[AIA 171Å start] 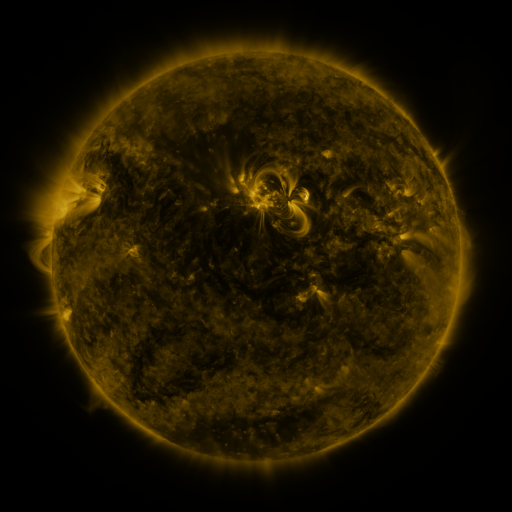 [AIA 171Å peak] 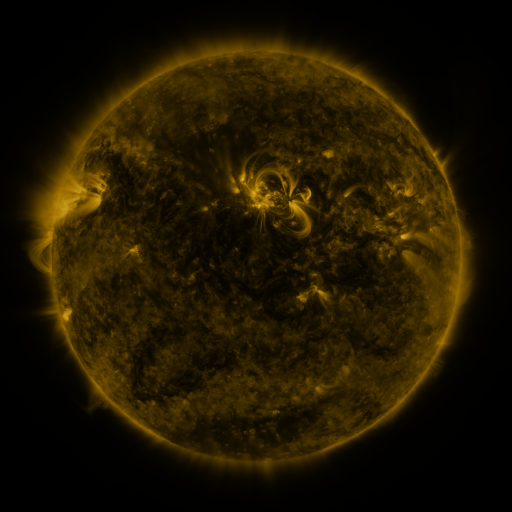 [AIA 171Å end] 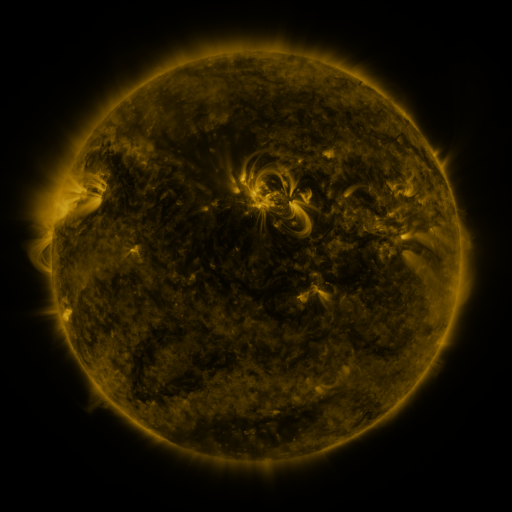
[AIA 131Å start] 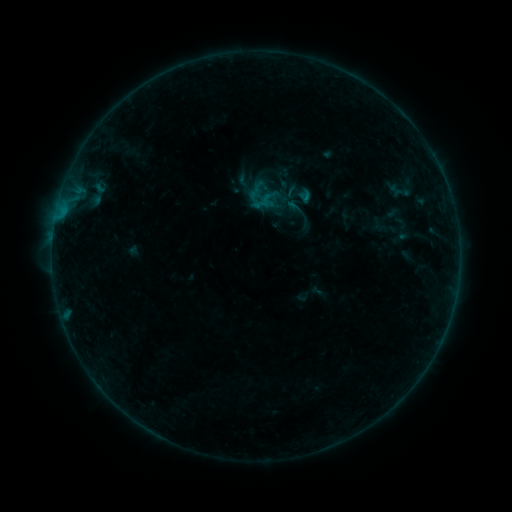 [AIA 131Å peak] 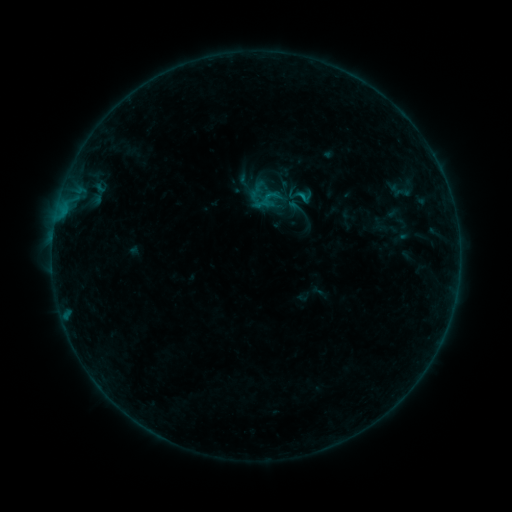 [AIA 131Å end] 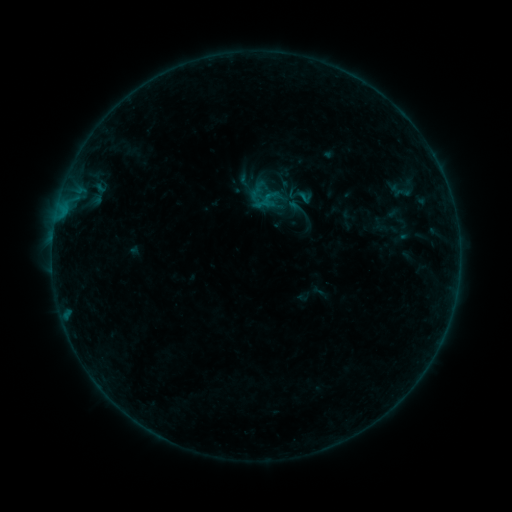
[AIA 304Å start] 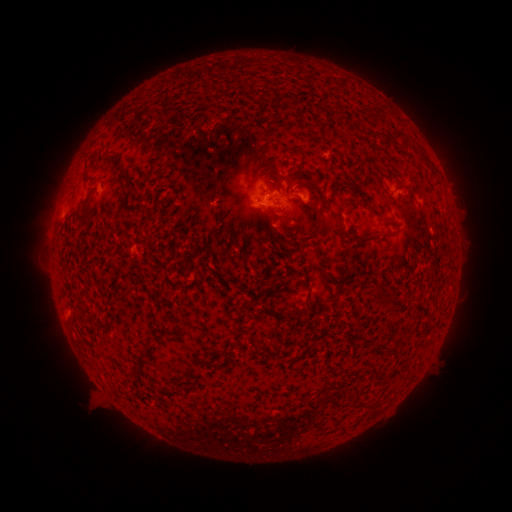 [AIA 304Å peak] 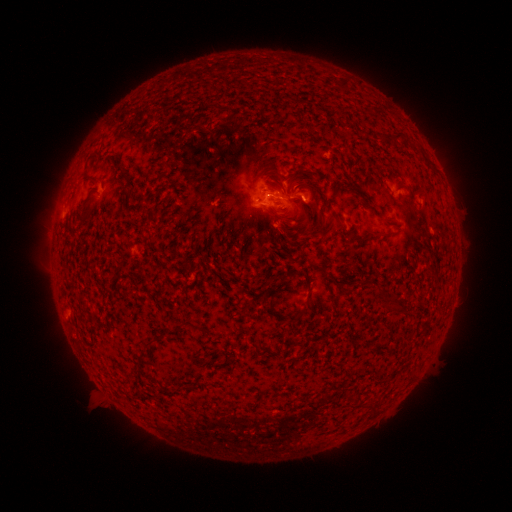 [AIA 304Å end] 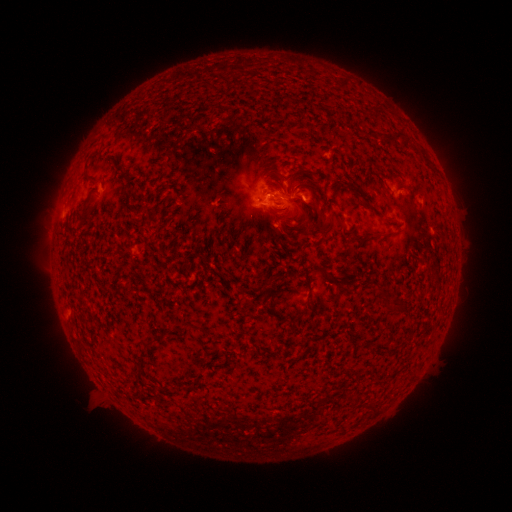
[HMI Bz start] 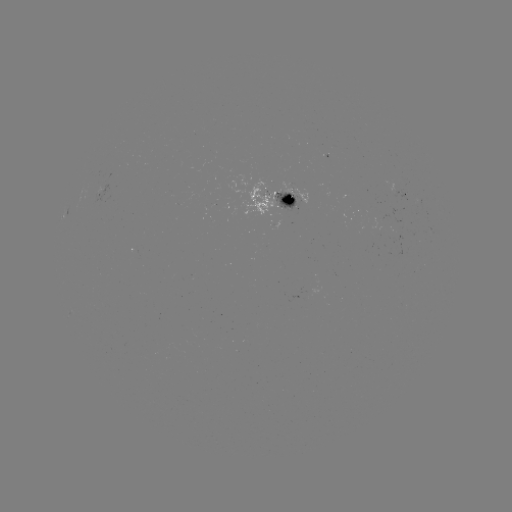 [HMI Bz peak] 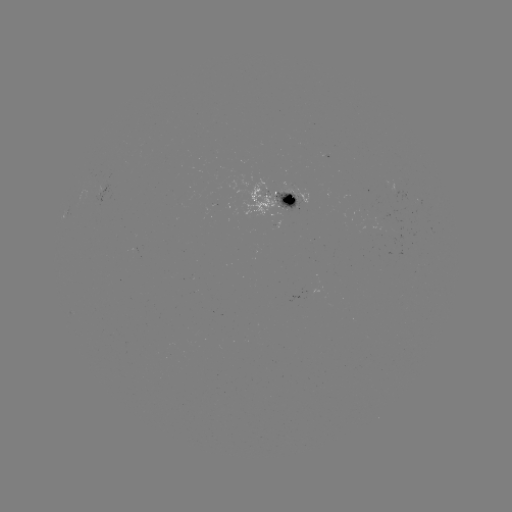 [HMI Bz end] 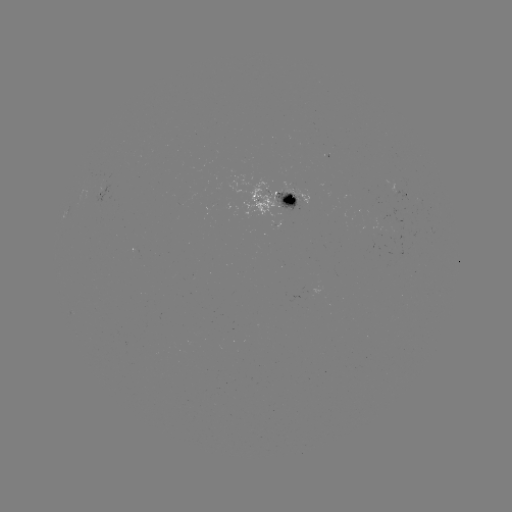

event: flare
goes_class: B4.8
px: (301, 198)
